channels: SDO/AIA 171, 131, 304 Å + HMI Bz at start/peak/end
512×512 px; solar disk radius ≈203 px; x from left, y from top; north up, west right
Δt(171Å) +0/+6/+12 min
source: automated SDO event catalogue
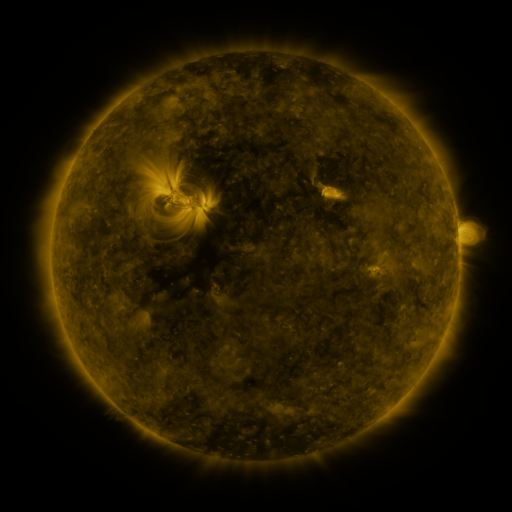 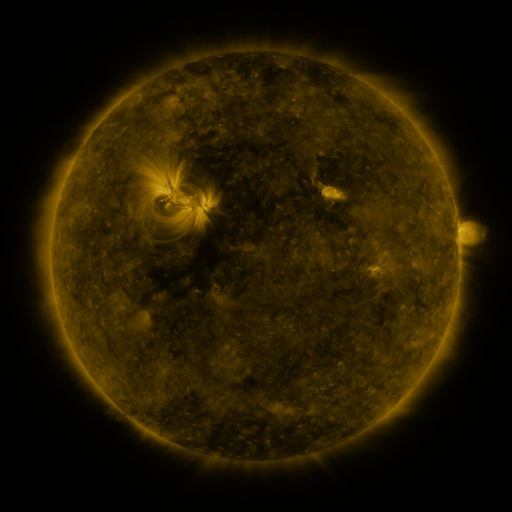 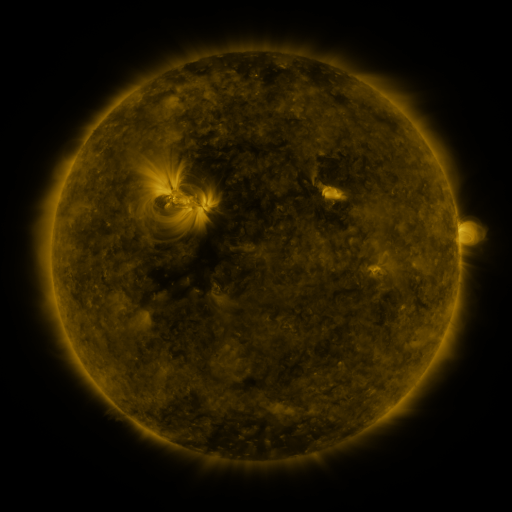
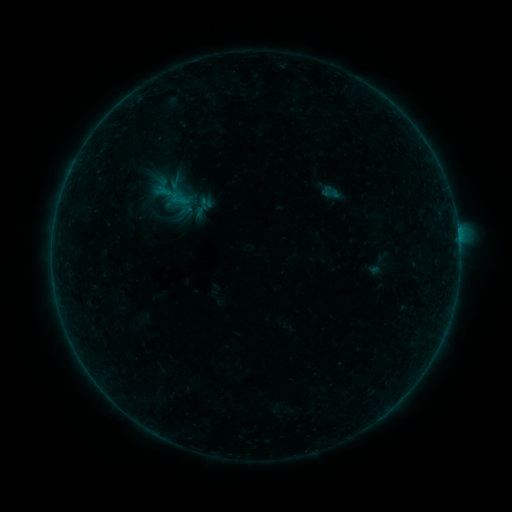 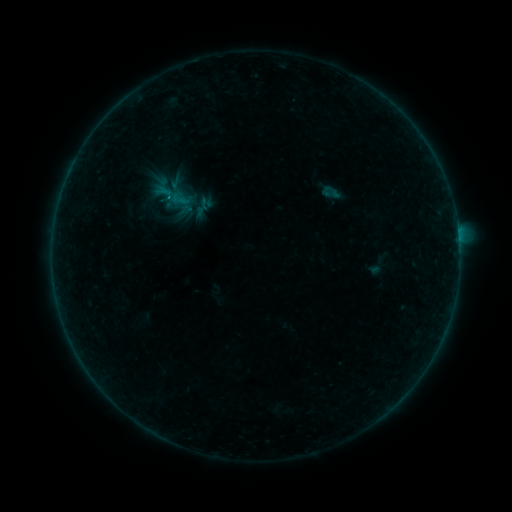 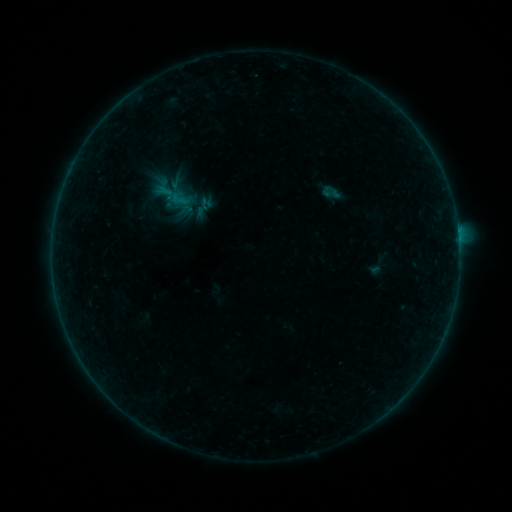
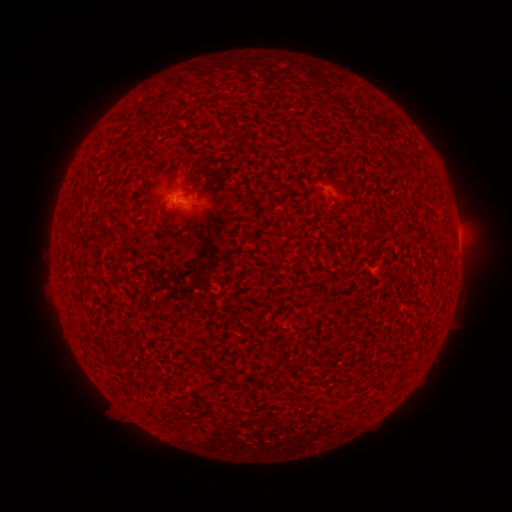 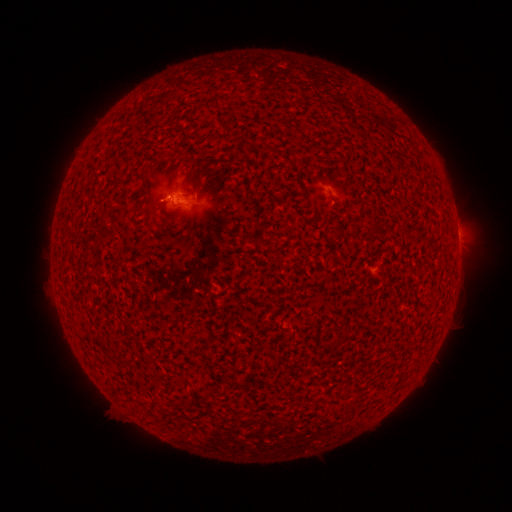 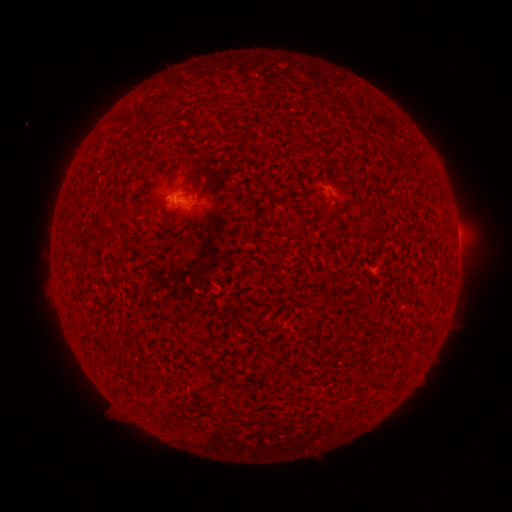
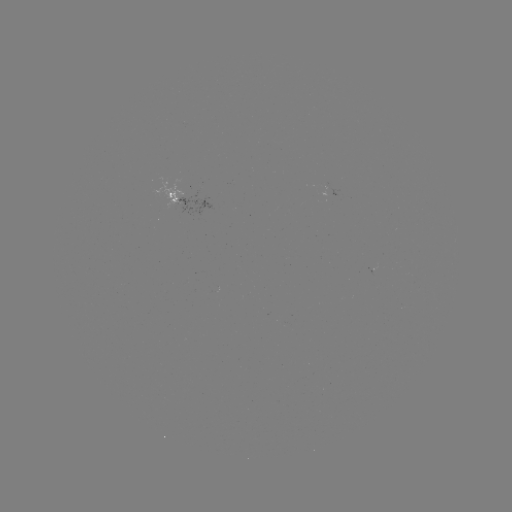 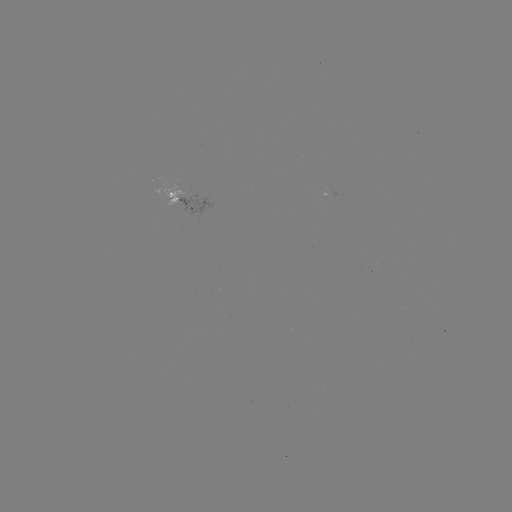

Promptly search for B1.4 flare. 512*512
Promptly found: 169,199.